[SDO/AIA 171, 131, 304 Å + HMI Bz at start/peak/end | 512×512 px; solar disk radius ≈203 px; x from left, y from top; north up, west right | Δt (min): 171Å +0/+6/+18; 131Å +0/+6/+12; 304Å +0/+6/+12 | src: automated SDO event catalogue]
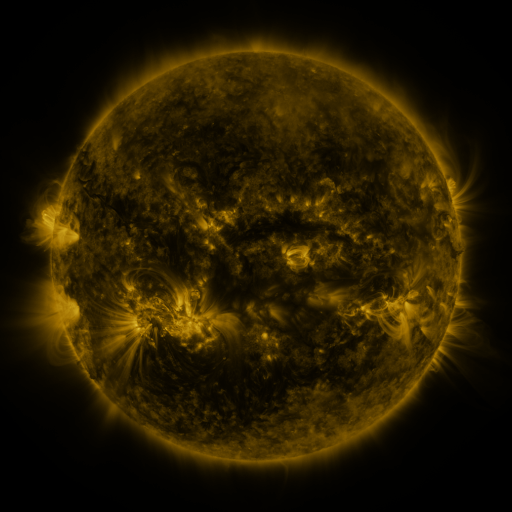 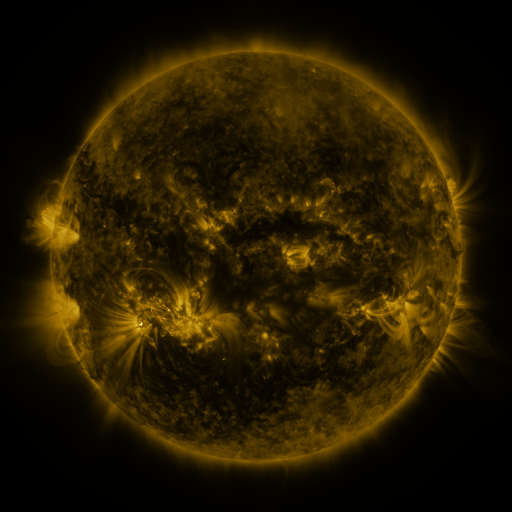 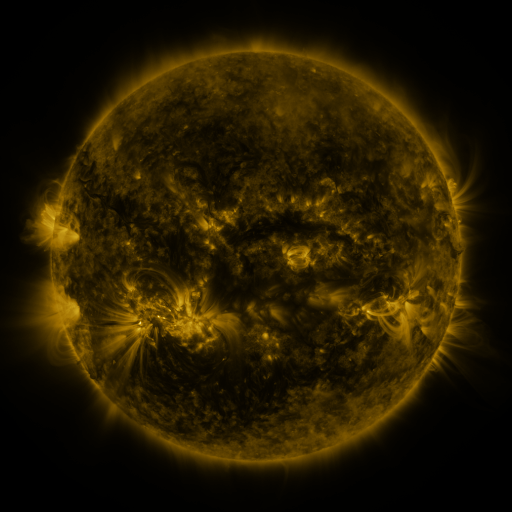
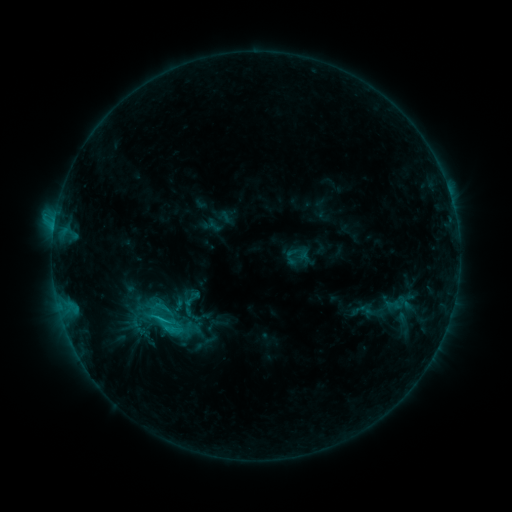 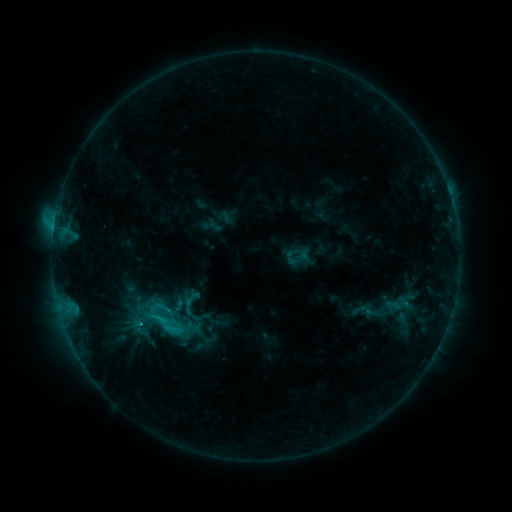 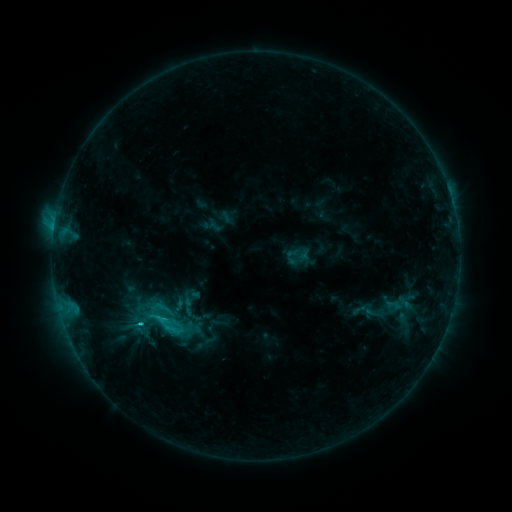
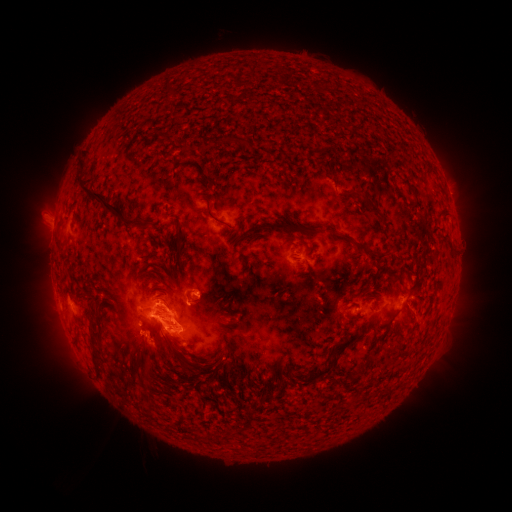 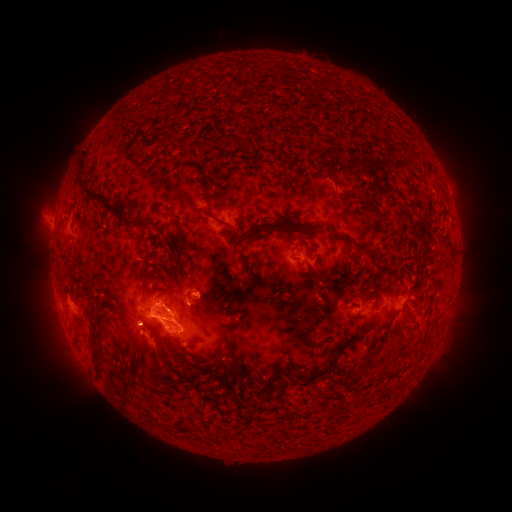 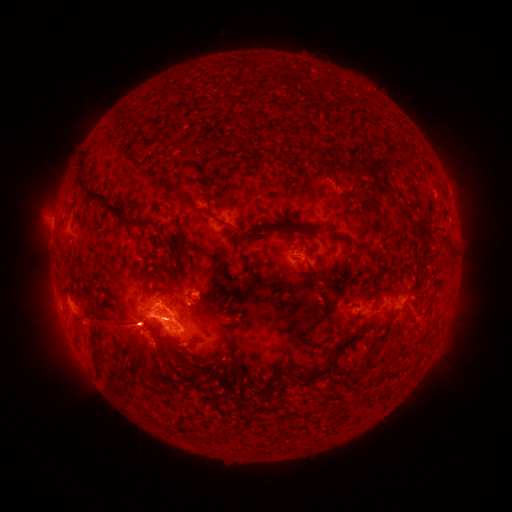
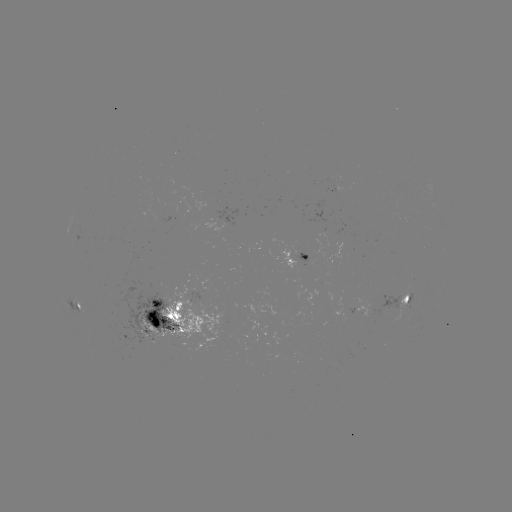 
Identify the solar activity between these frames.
M1.2 flare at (142, 320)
